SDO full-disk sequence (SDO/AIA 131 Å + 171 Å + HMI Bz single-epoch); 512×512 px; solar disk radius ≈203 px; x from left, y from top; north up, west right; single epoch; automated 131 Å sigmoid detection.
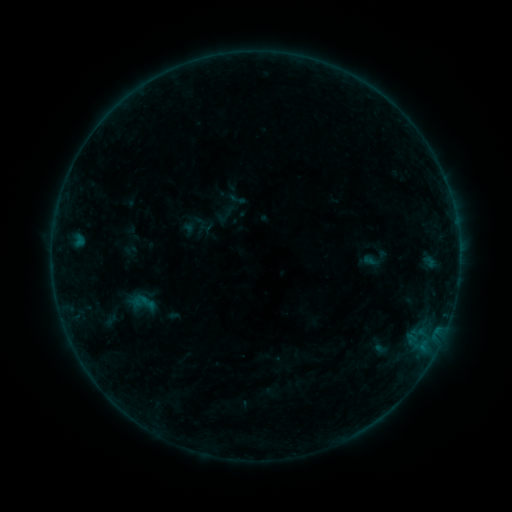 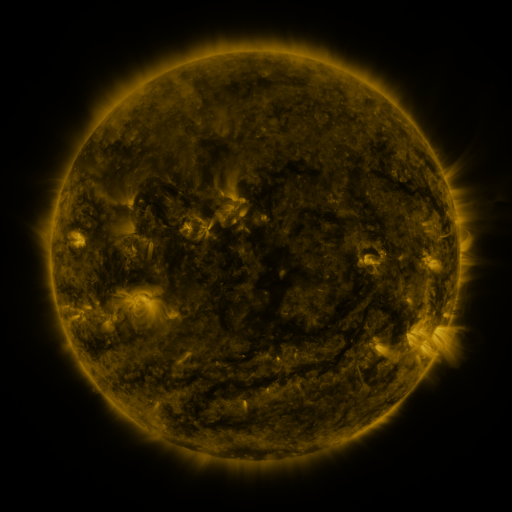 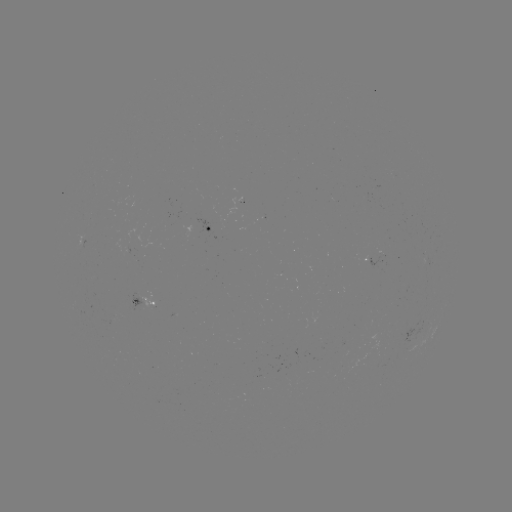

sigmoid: [127, 287, 159, 319]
